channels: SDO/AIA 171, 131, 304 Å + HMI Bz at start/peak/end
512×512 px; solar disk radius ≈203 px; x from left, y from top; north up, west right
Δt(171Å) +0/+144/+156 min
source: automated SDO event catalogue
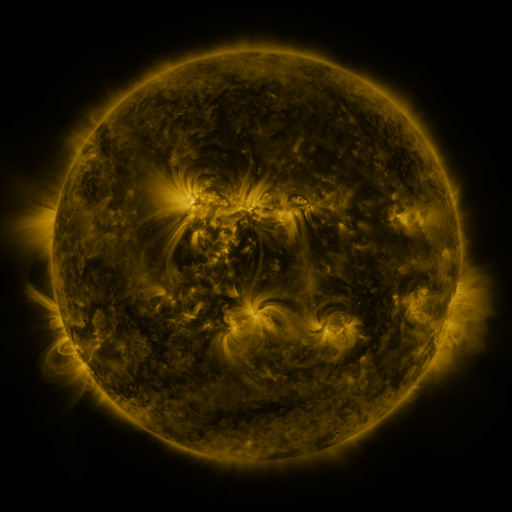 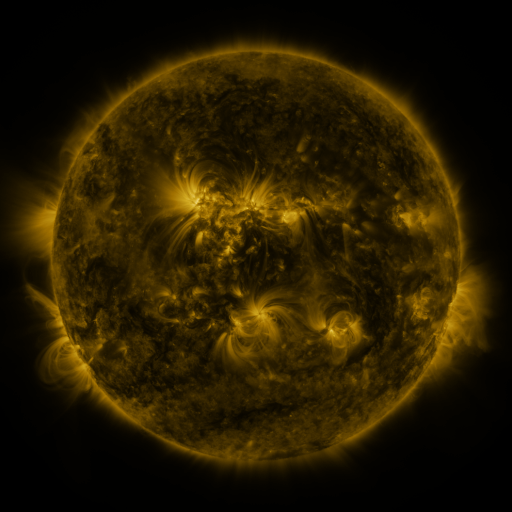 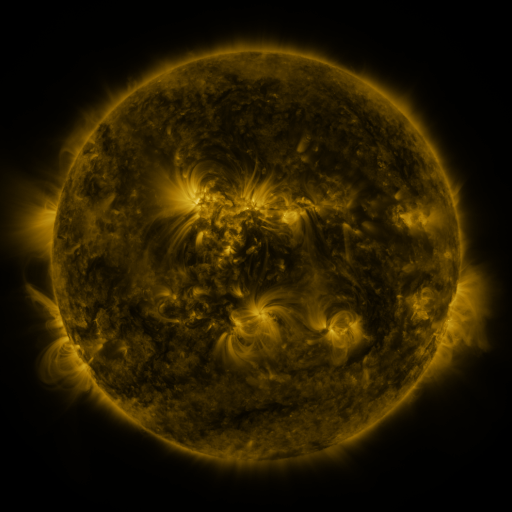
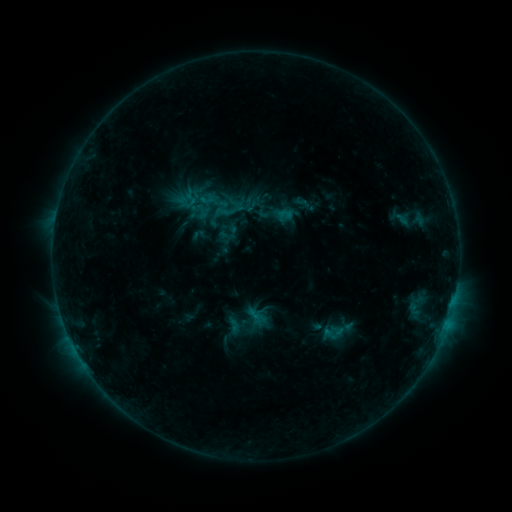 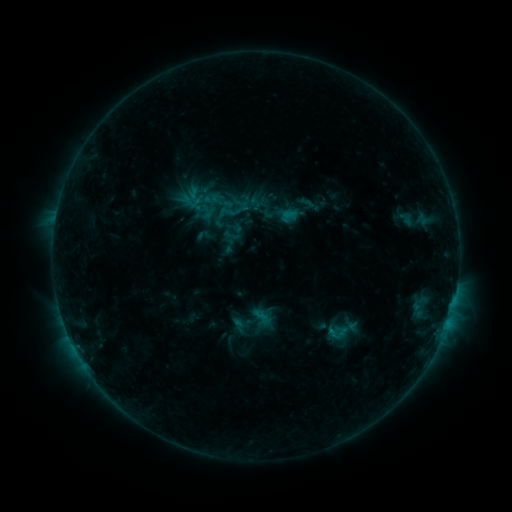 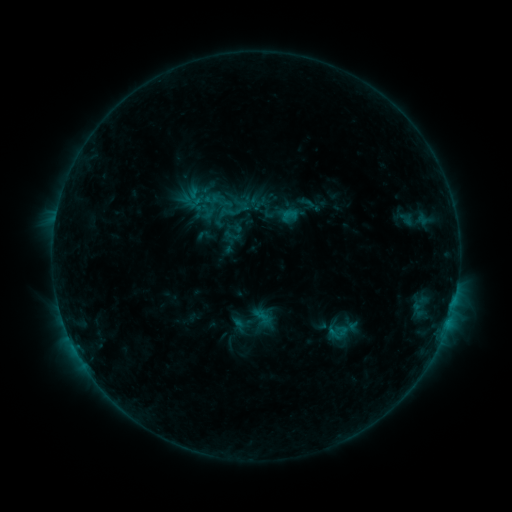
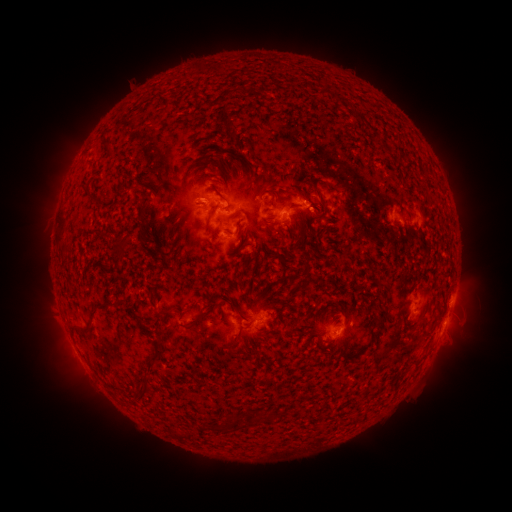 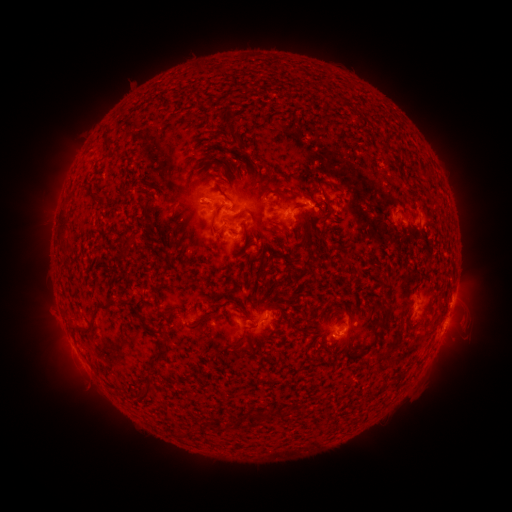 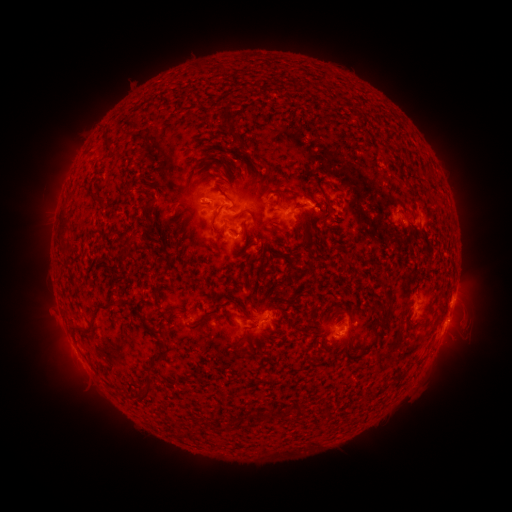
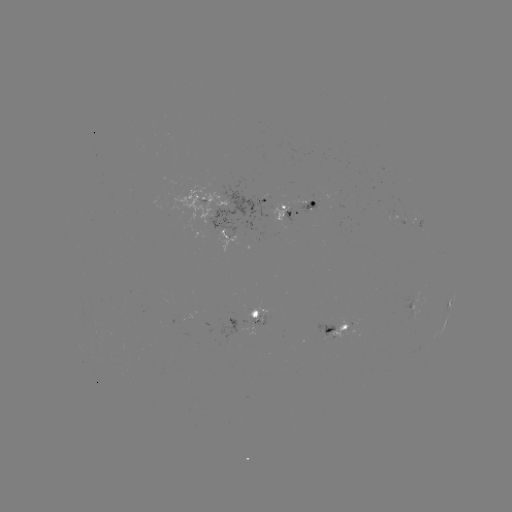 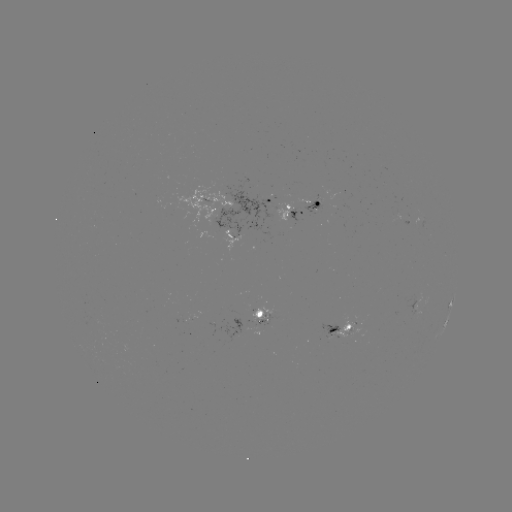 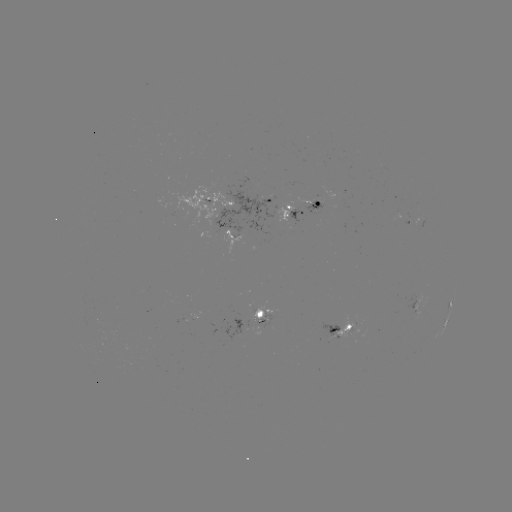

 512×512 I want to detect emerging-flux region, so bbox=[346, 328, 361, 335].